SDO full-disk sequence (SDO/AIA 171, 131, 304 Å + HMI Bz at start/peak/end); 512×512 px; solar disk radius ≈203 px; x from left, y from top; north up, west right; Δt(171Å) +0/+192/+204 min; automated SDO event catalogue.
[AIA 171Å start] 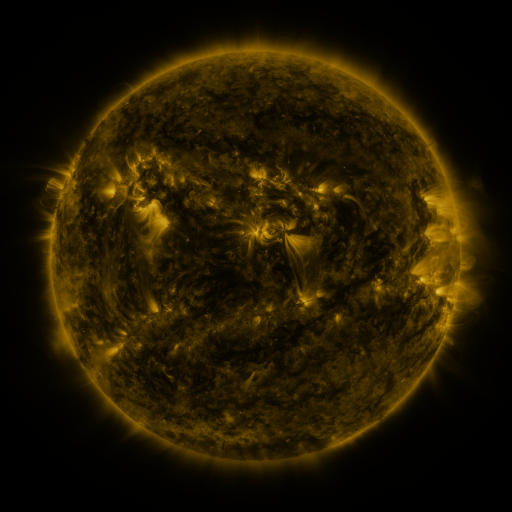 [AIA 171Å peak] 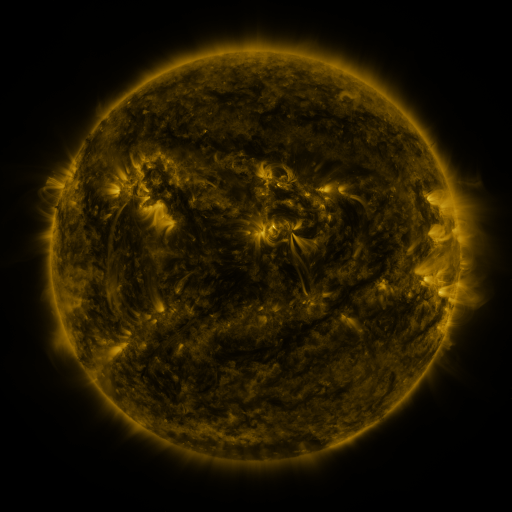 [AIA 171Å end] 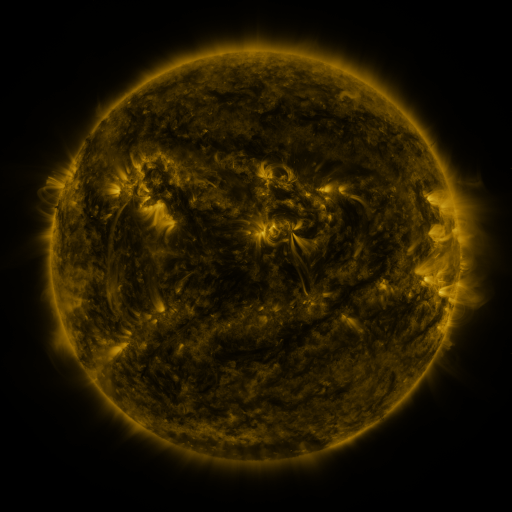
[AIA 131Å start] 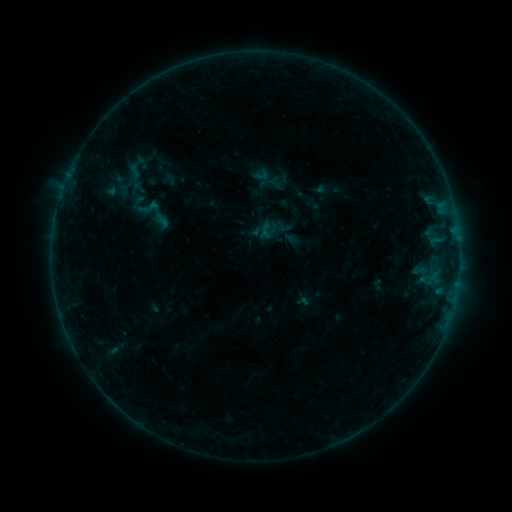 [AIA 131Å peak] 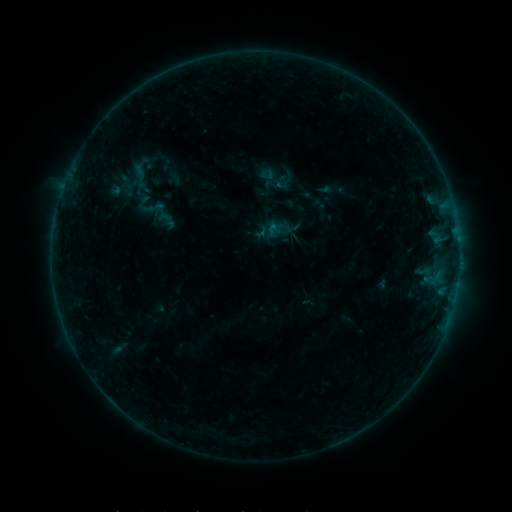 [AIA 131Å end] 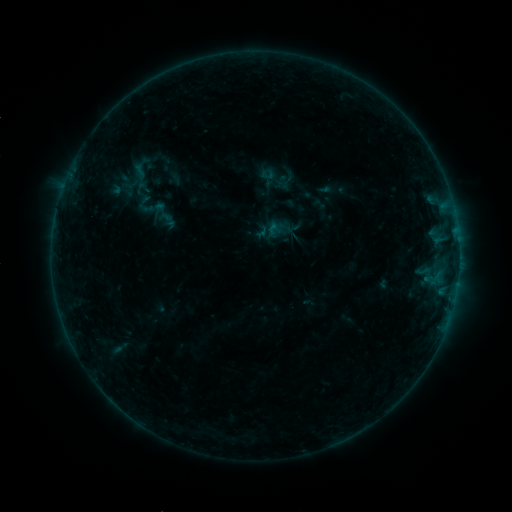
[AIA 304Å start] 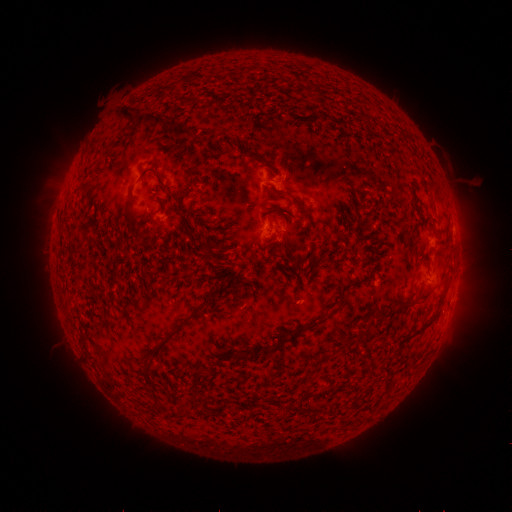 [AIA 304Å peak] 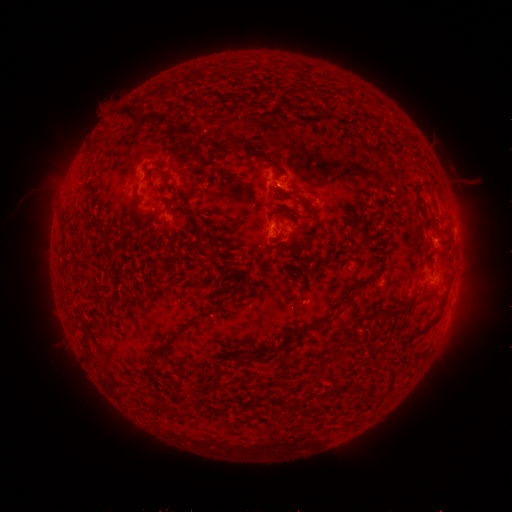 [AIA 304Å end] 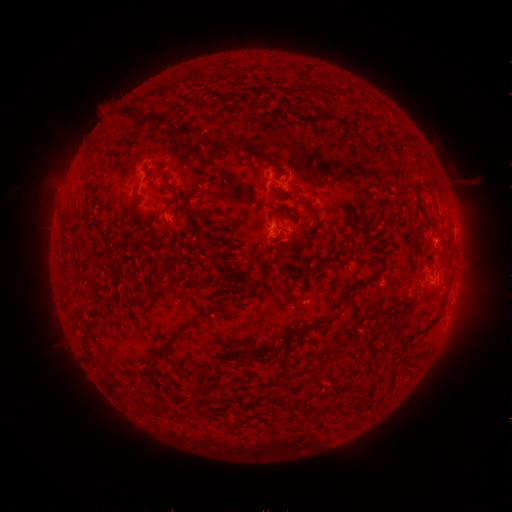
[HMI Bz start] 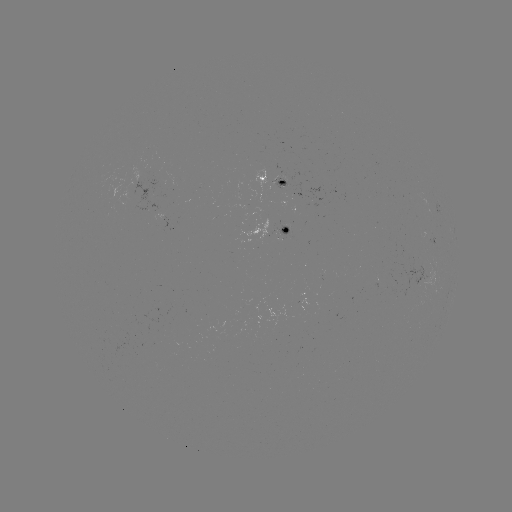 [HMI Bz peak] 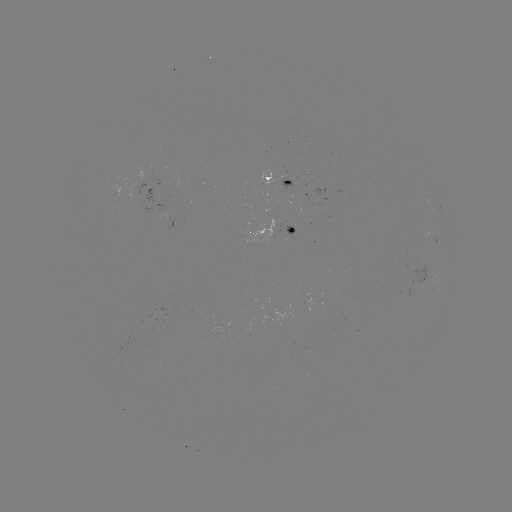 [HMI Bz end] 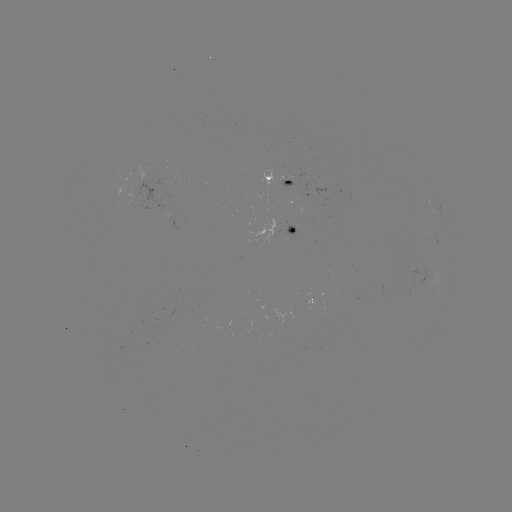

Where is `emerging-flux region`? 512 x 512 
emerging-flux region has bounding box [276, 175, 290, 182].